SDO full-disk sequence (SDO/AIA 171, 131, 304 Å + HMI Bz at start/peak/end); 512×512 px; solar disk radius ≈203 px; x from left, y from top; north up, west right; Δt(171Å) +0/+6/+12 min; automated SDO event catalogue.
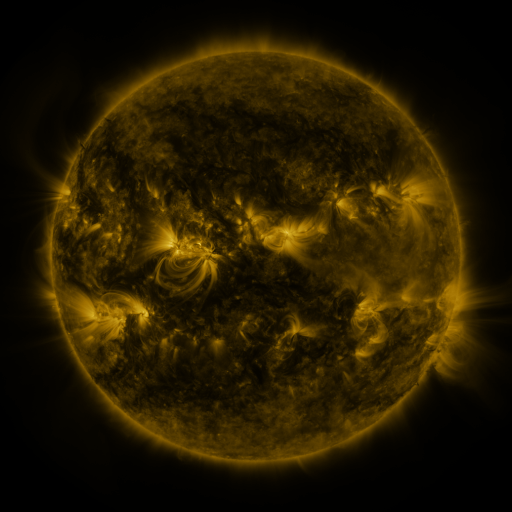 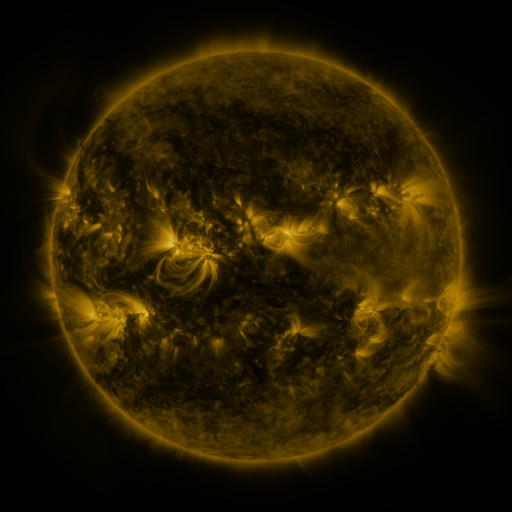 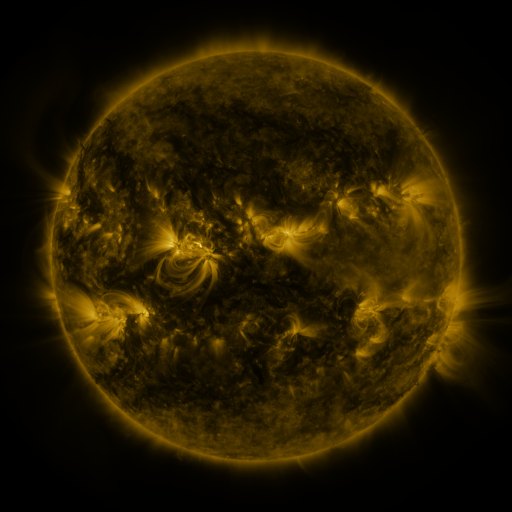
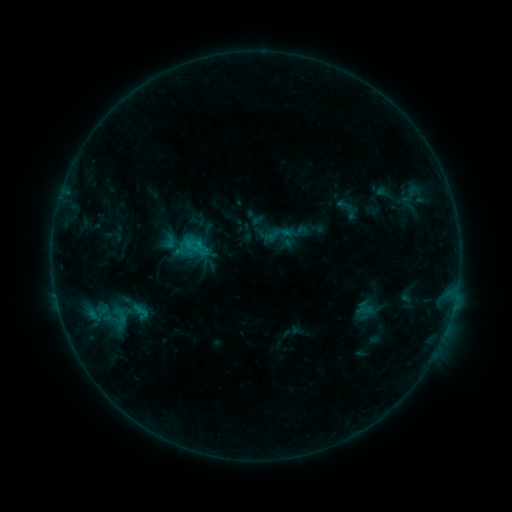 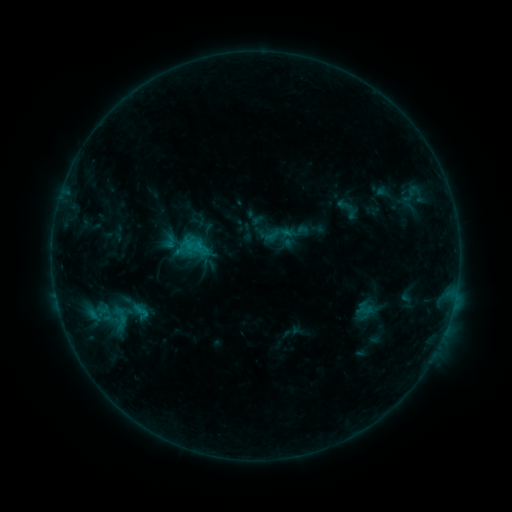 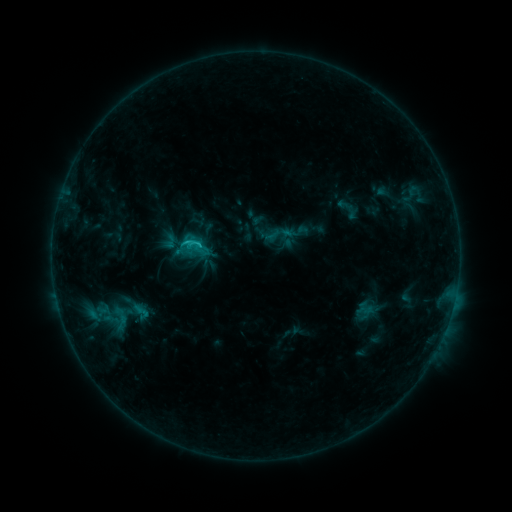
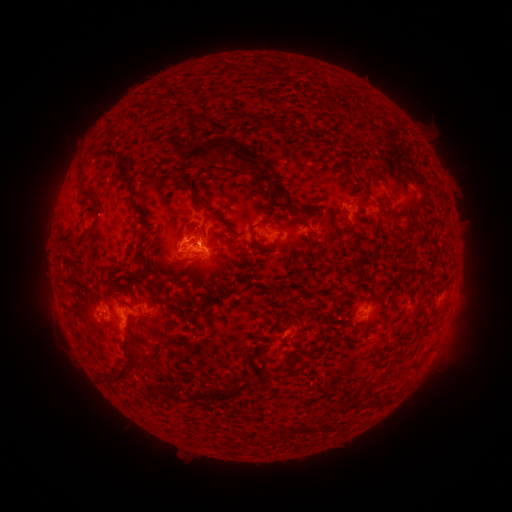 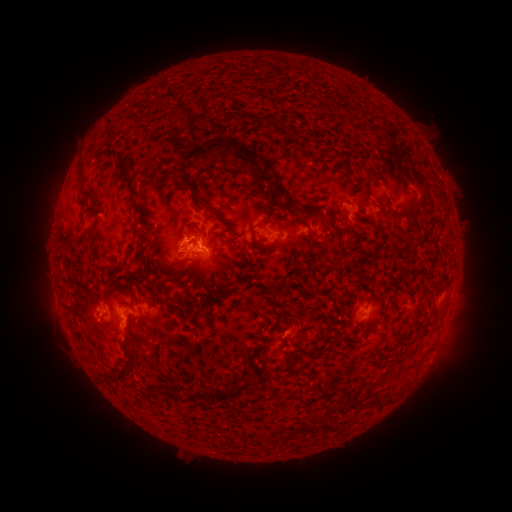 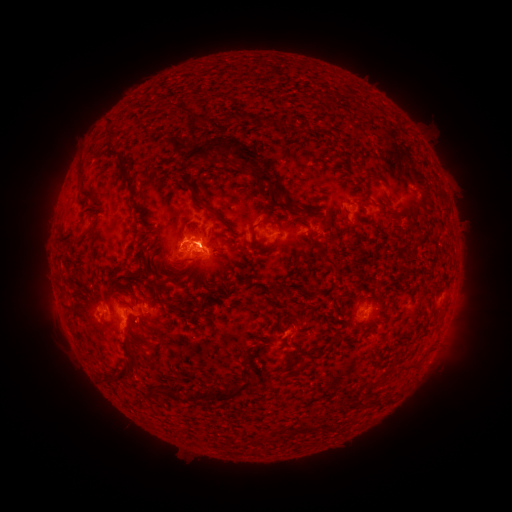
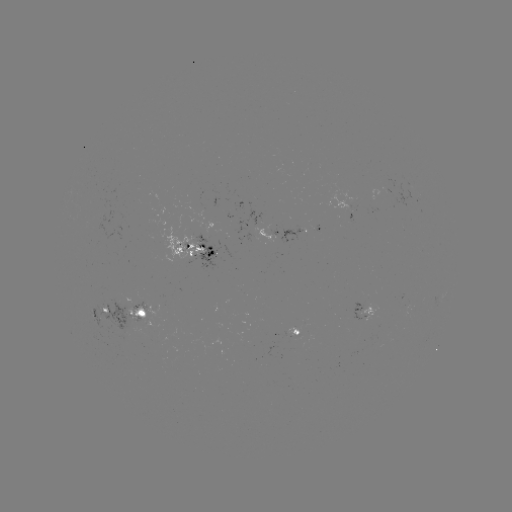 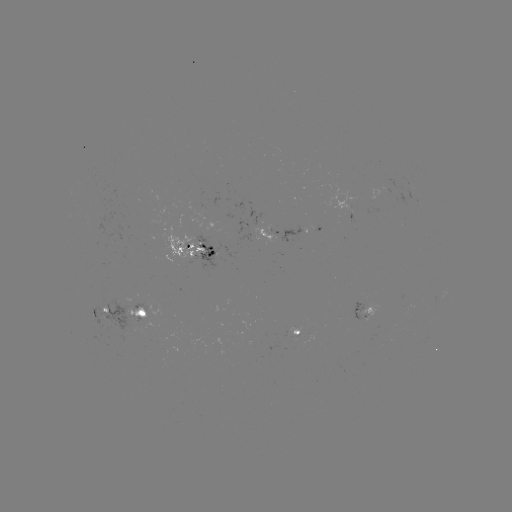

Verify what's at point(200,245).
C1.7 flare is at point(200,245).